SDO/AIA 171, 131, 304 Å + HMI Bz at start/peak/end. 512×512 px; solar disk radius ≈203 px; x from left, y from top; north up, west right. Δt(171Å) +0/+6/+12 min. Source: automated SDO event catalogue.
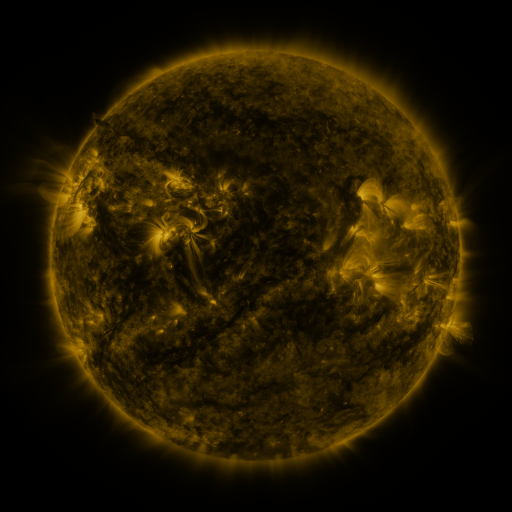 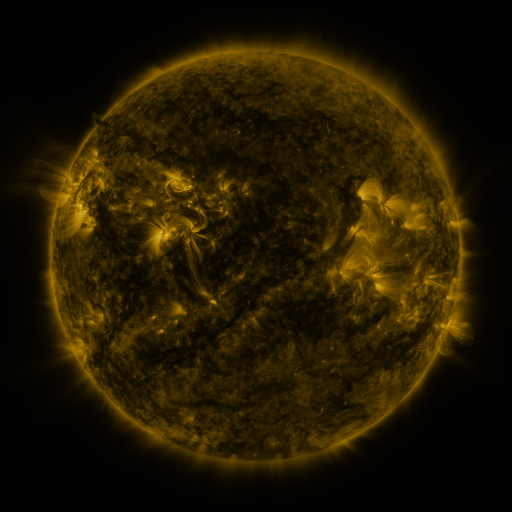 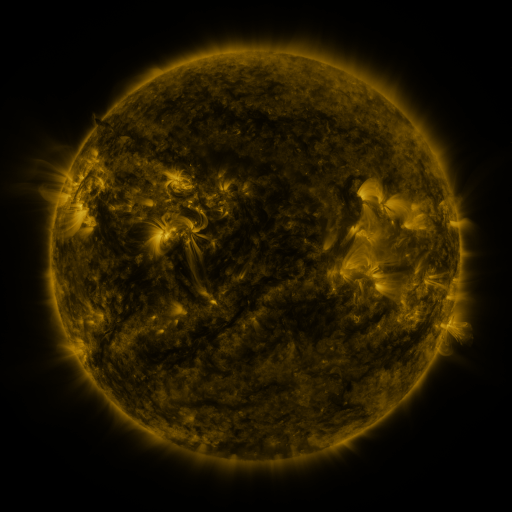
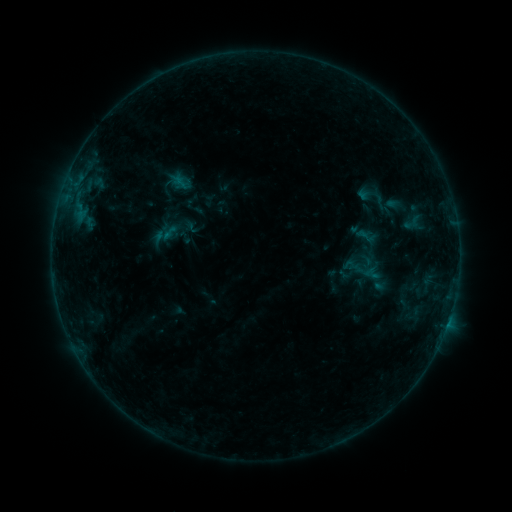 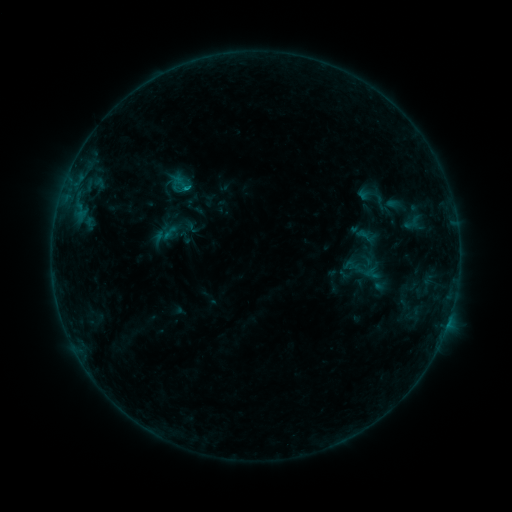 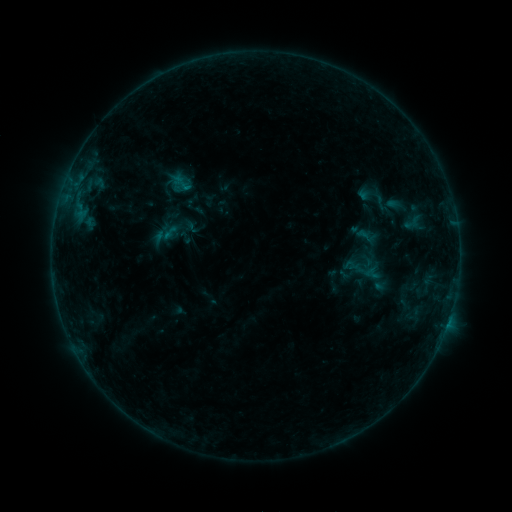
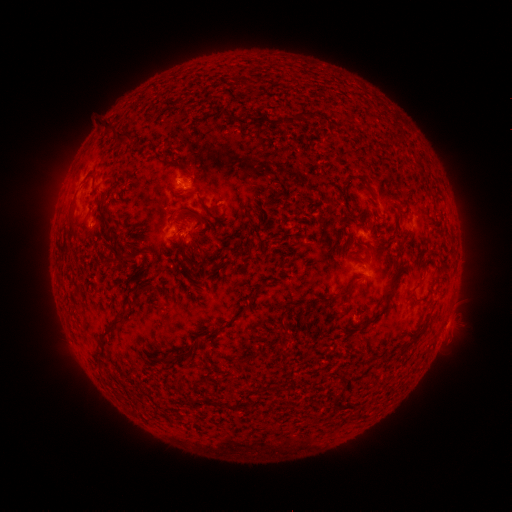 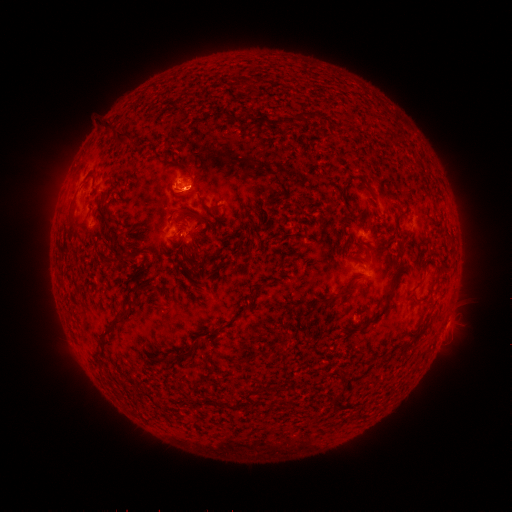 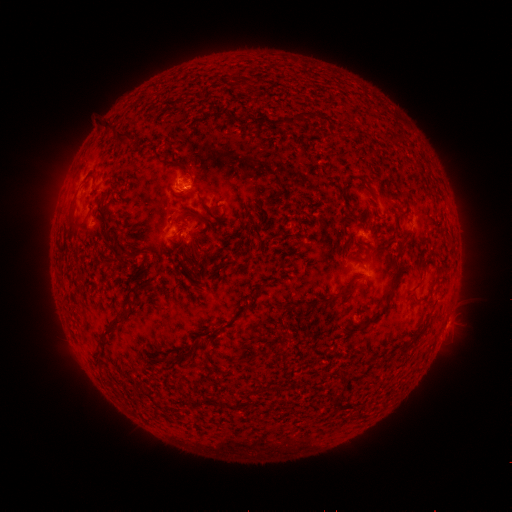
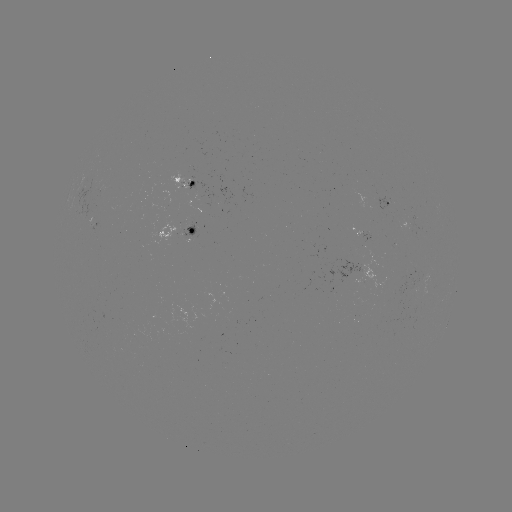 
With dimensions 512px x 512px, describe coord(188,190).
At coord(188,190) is B4.2 flare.